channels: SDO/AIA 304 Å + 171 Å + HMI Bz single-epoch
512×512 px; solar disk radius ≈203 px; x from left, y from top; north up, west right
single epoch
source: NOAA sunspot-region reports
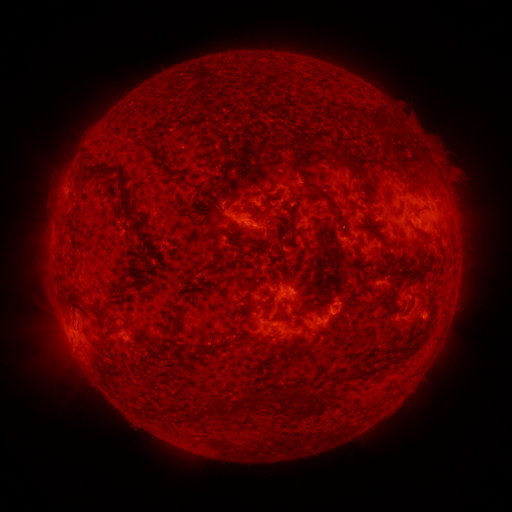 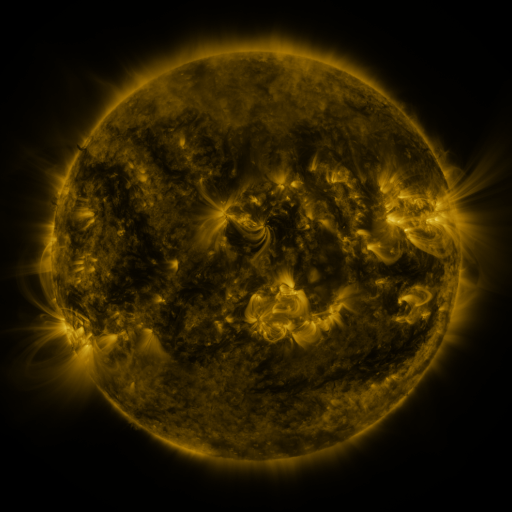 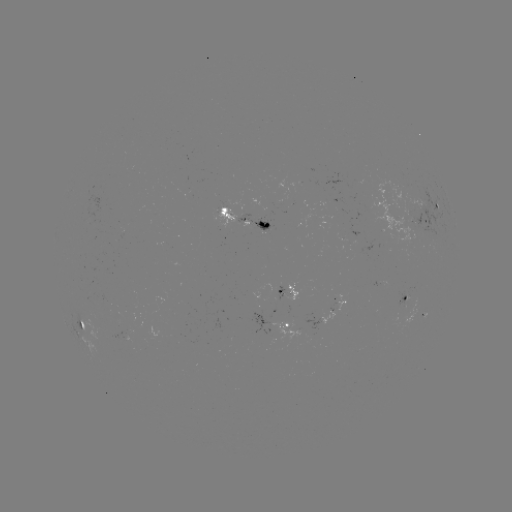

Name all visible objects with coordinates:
spotted active region: (436, 204)
spotted active region: (245, 219)
spotted active region: (419, 221)
spotted active region: (291, 293)
spotted active region: (407, 296)
spotted active region: (337, 306)
spotted active region: (85, 324)
spotted active region: (286, 324)
